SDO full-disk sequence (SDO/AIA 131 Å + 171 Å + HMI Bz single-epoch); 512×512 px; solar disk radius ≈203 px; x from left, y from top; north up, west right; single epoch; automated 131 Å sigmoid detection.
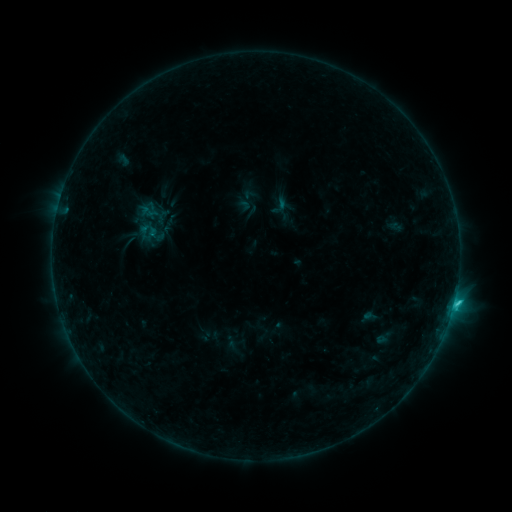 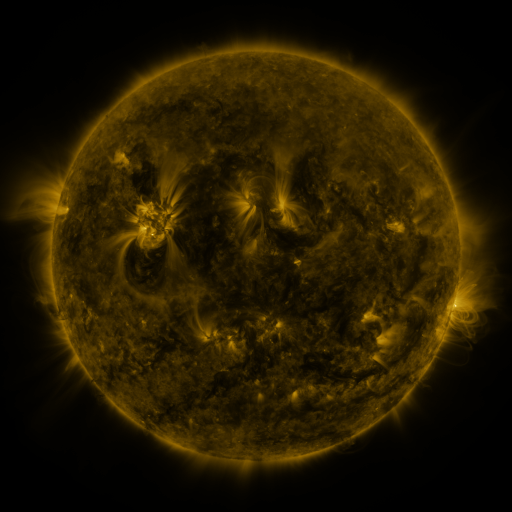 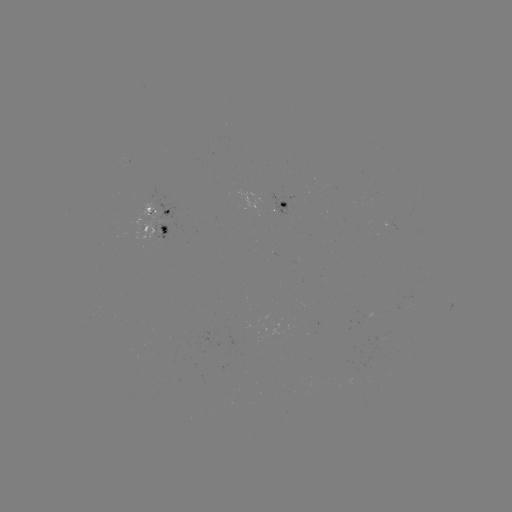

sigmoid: (269, 195, 291, 216)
